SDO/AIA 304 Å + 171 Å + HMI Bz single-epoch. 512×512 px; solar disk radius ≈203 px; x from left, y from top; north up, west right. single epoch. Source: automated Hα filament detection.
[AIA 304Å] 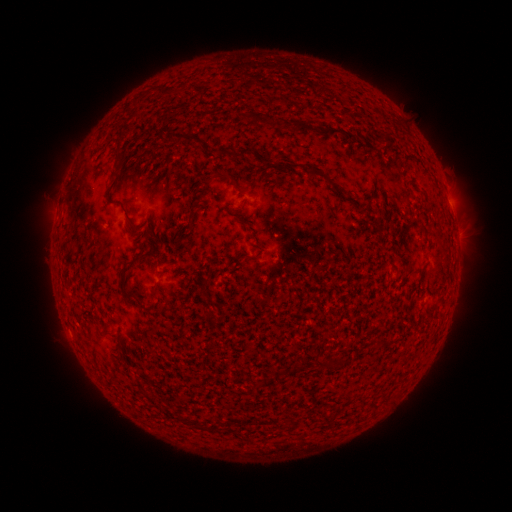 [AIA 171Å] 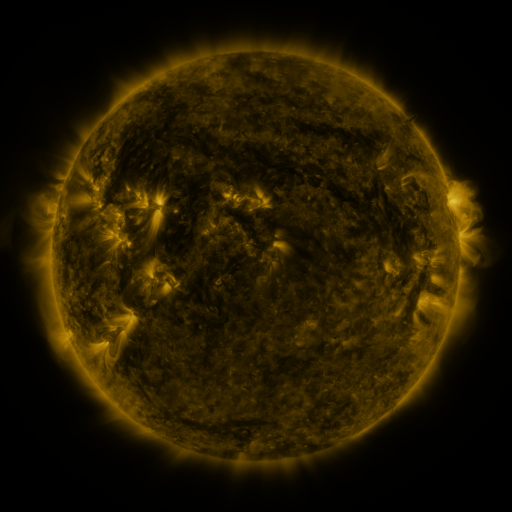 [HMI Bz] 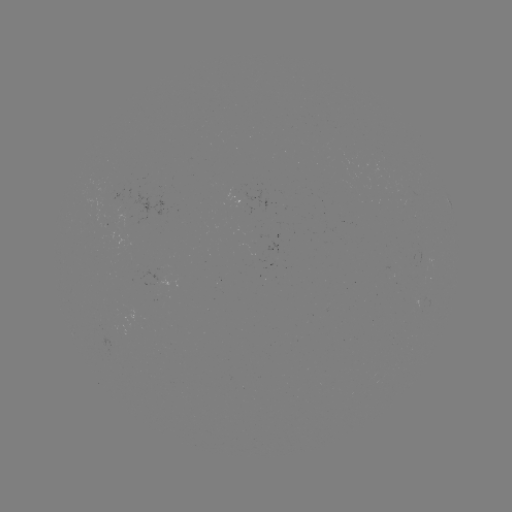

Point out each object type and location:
filament: [256, 113, 272, 126]
filament: [289, 118, 307, 132]
filament: [321, 127, 339, 136]
filament: [342, 128, 354, 140]
filament: [165, 131, 199, 144]
filament: [200, 143, 249, 159]
filament: [113, 150, 121, 161]
filament: [307, 168, 331, 182]
filament: [208, 171, 236, 185]
filament: [185, 212, 194, 231]
filament: [144, 225, 150, 235]
filament: [123, 259, 136, 269]
filament: [150, 281, 158, 293]
filament: [126, 286, 142, 306]
filament: [315, 357, 334, 371]
filament: [176, 412, 186, 423]
